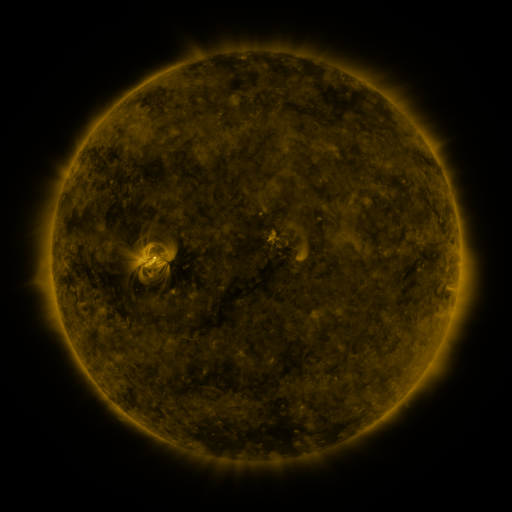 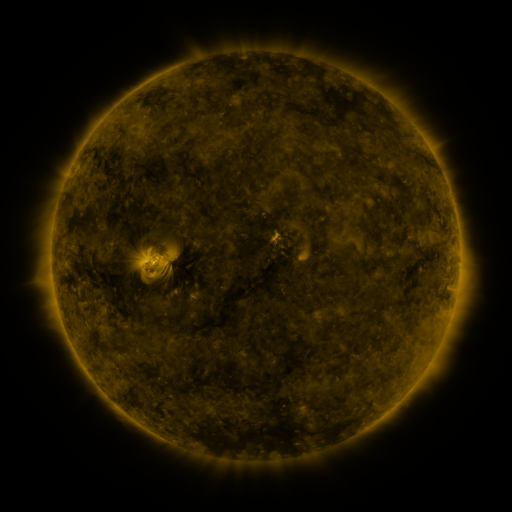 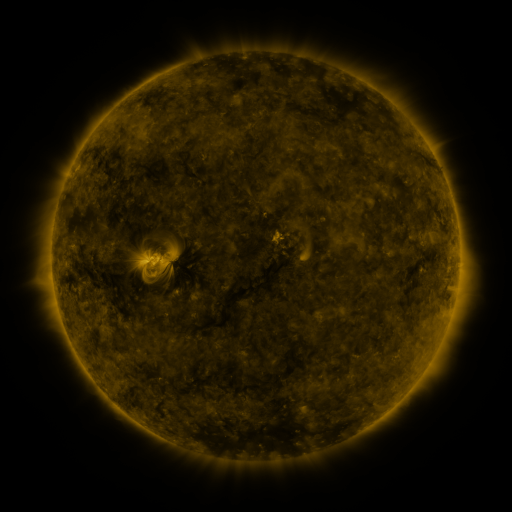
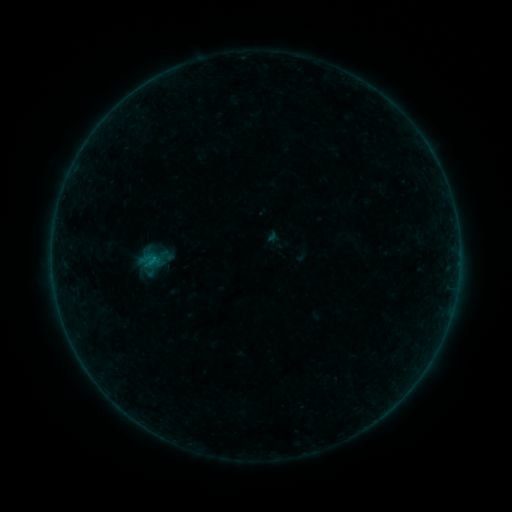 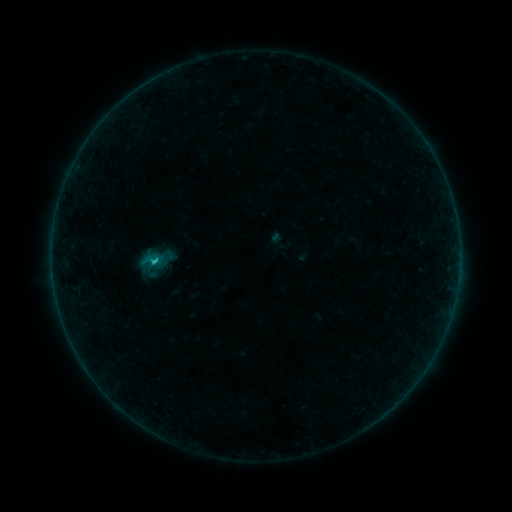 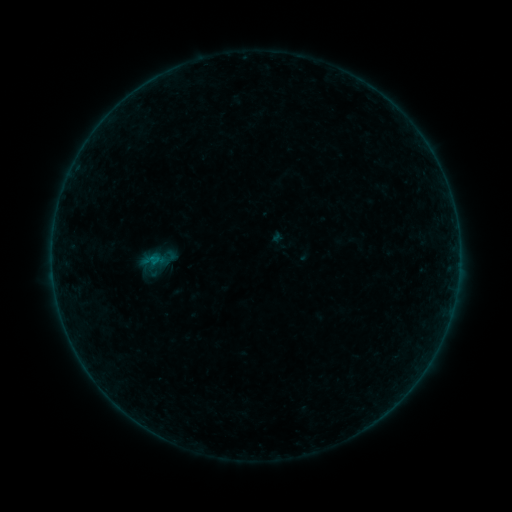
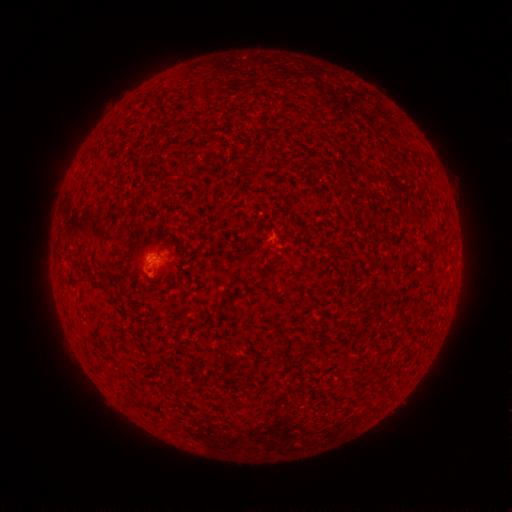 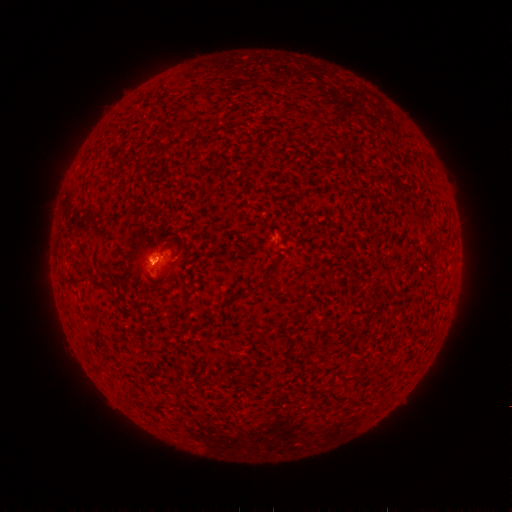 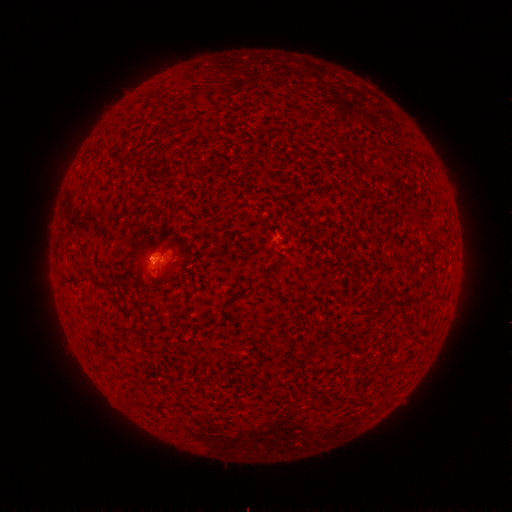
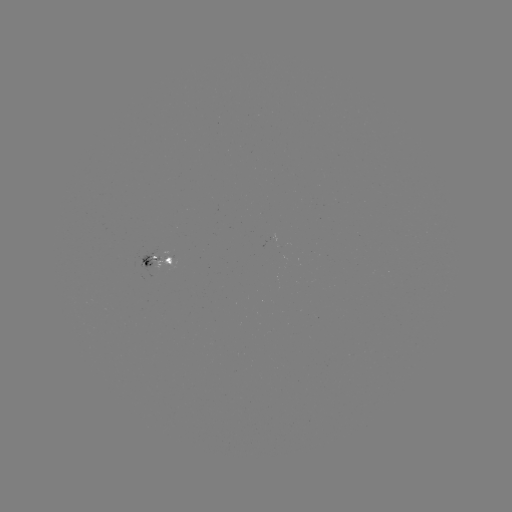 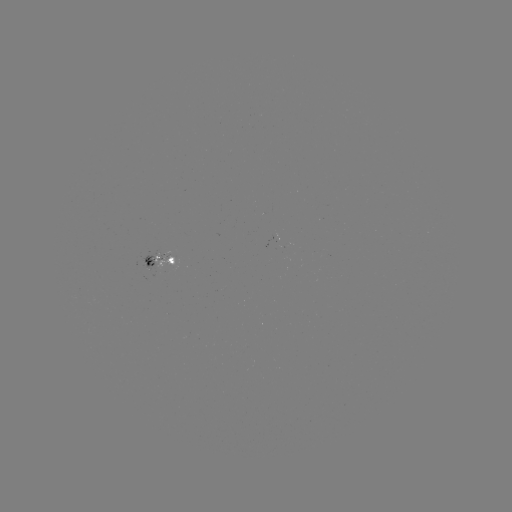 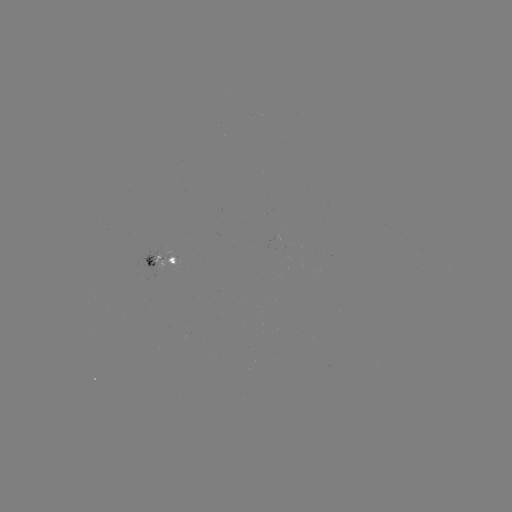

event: emerging-flux region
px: (169, 259)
